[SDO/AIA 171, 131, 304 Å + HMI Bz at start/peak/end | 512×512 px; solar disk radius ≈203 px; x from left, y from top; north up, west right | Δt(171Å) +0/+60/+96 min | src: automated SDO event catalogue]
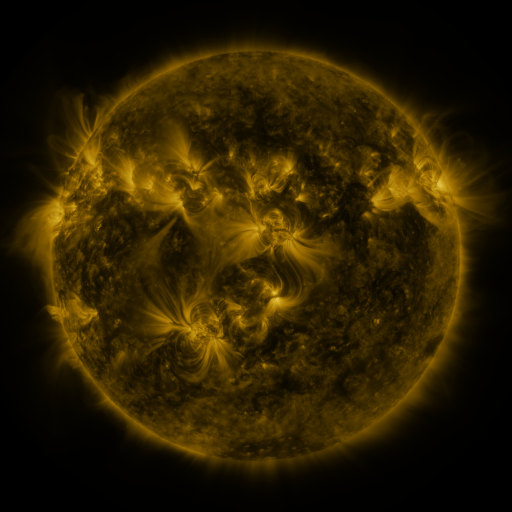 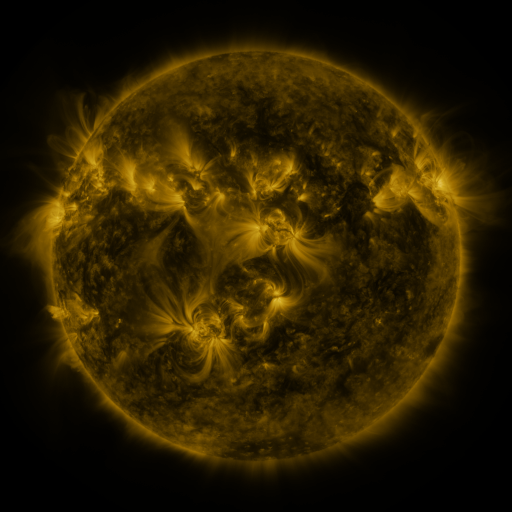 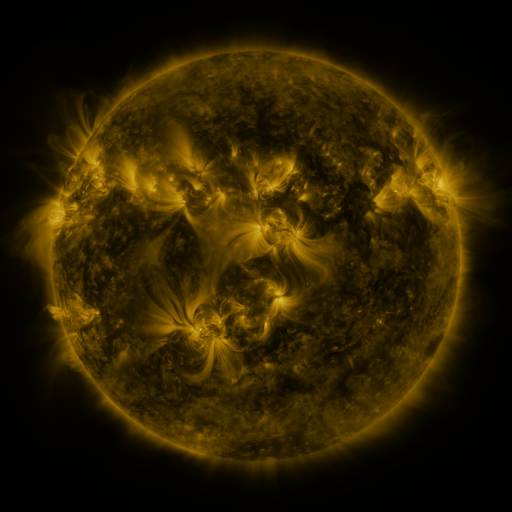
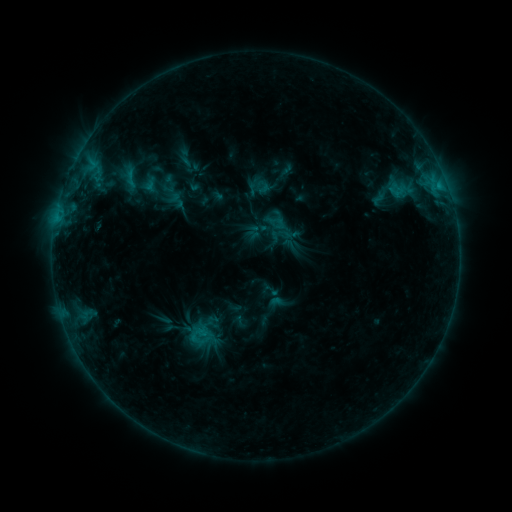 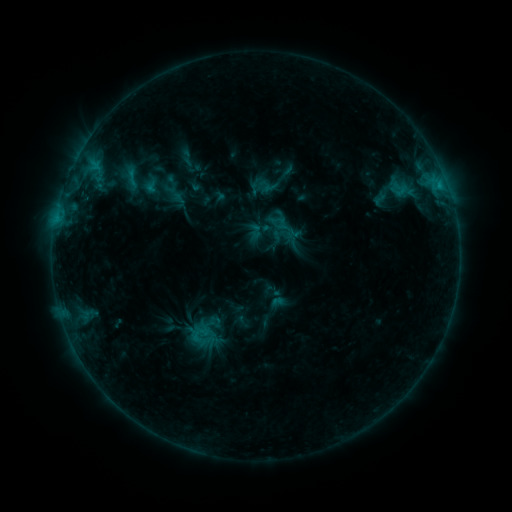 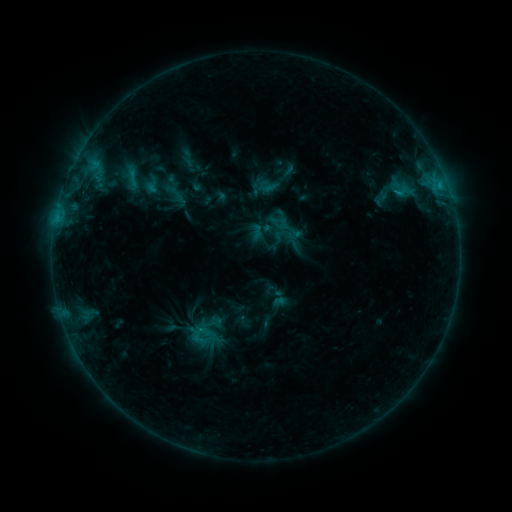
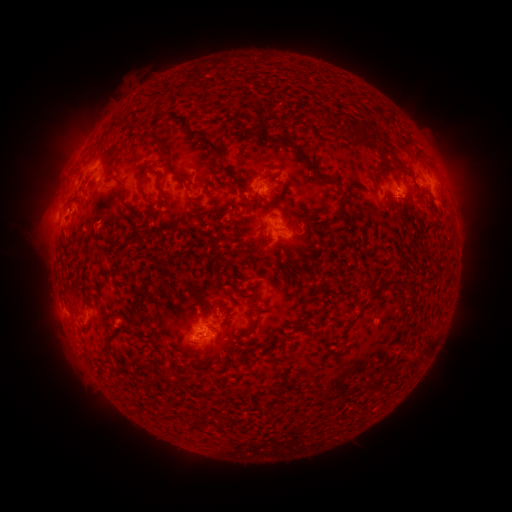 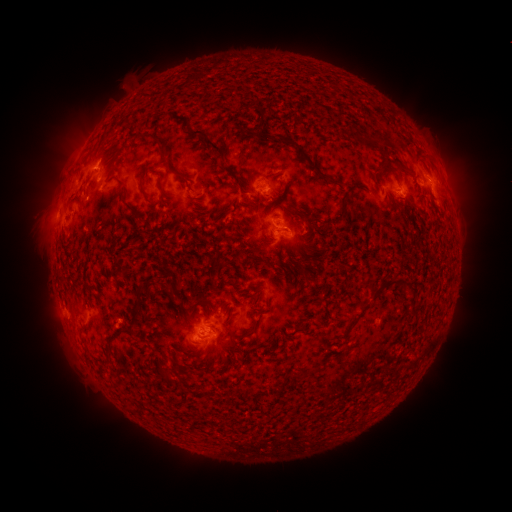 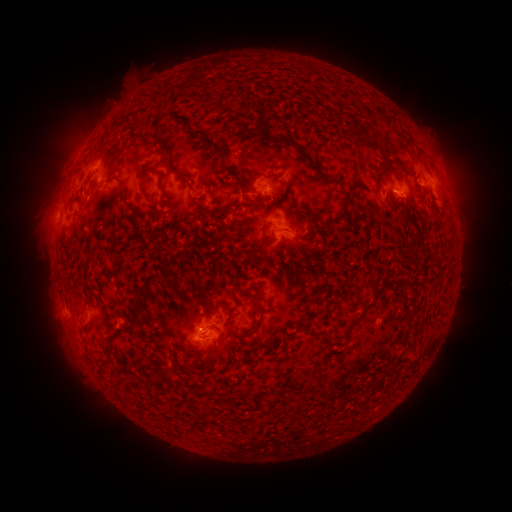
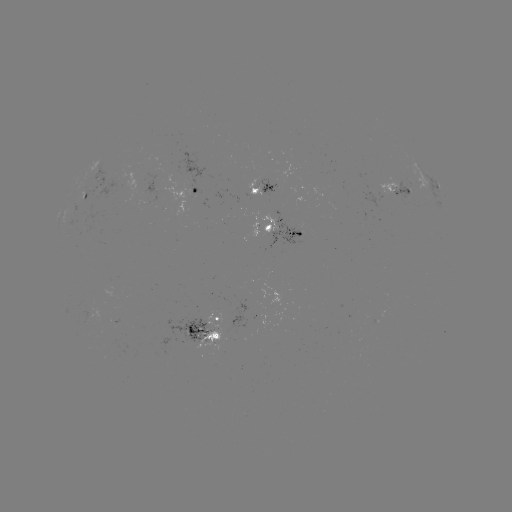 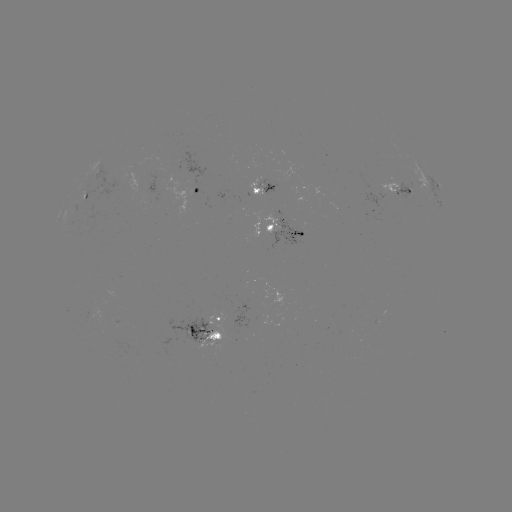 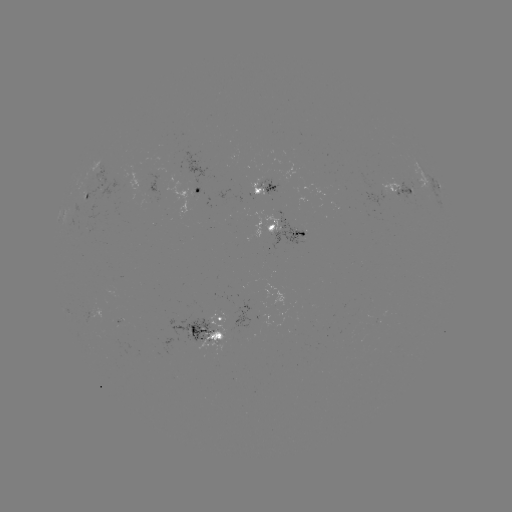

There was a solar emerging-flux region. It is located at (113, 184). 